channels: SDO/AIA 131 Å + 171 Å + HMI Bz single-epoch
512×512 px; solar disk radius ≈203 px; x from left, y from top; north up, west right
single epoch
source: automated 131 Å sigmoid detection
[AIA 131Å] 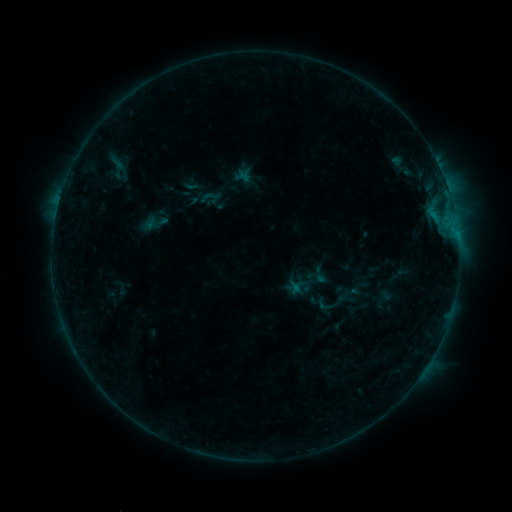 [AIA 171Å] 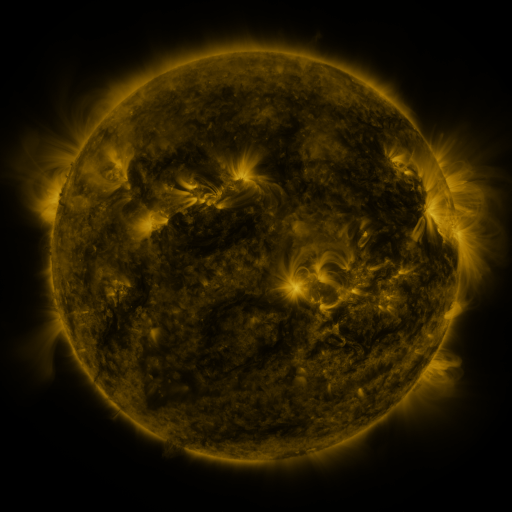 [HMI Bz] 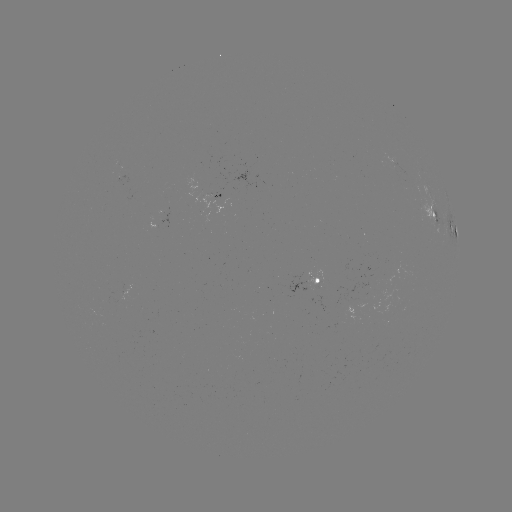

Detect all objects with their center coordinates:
sigmoid: (212, 197)
sigmoid: (320, 275)
